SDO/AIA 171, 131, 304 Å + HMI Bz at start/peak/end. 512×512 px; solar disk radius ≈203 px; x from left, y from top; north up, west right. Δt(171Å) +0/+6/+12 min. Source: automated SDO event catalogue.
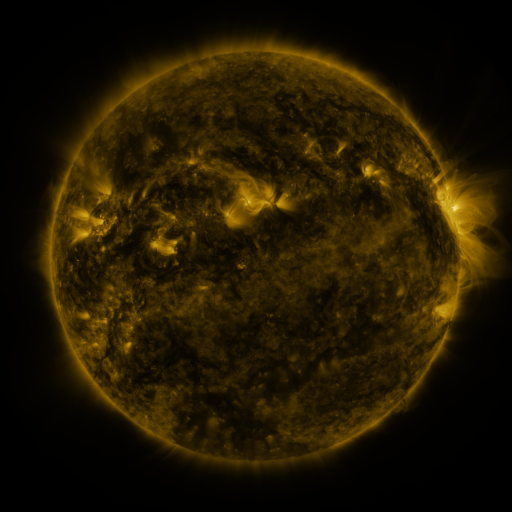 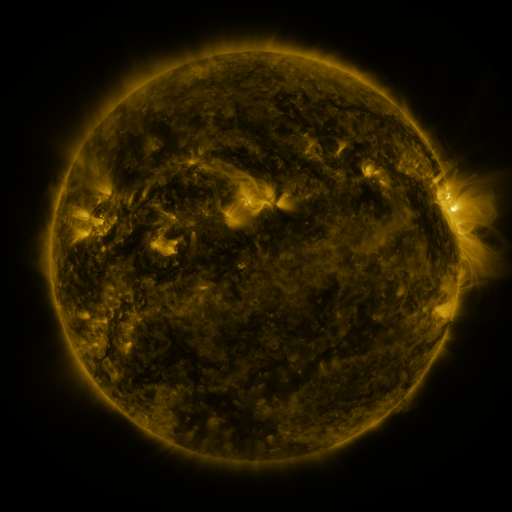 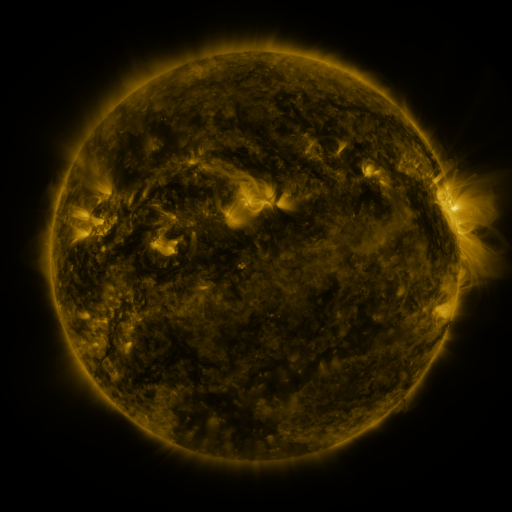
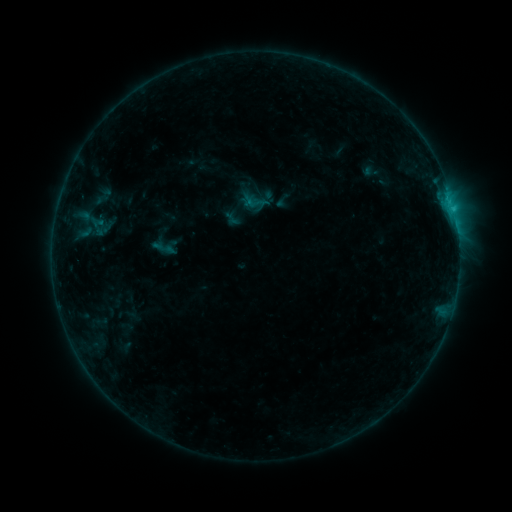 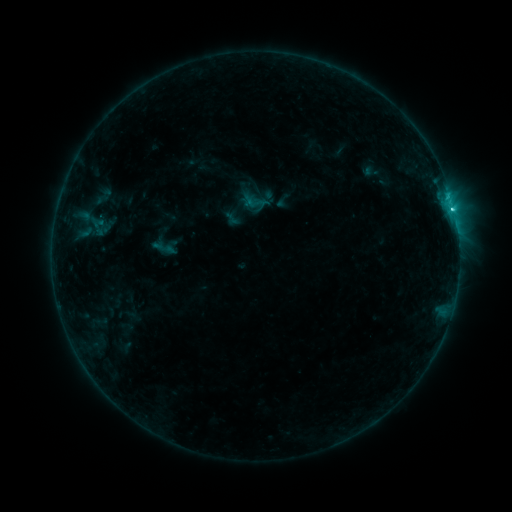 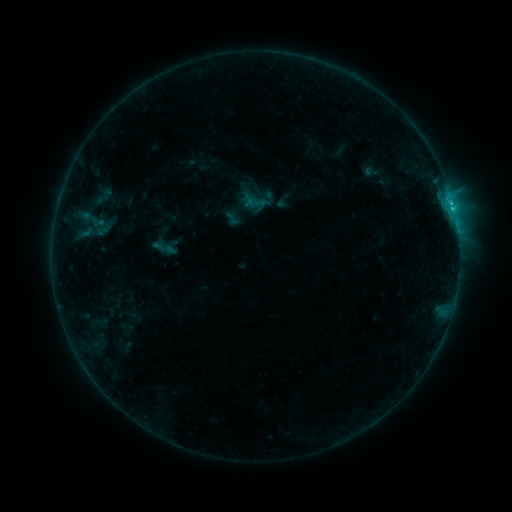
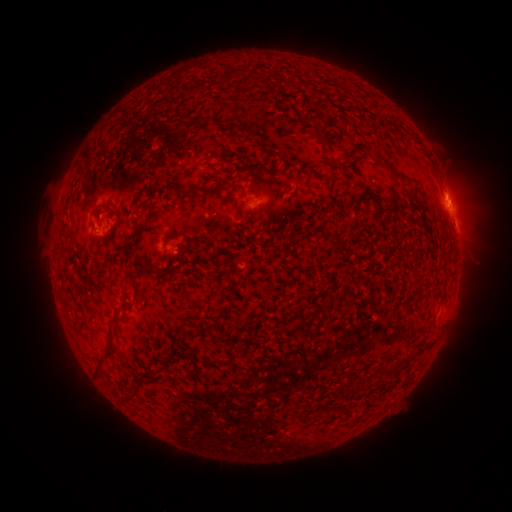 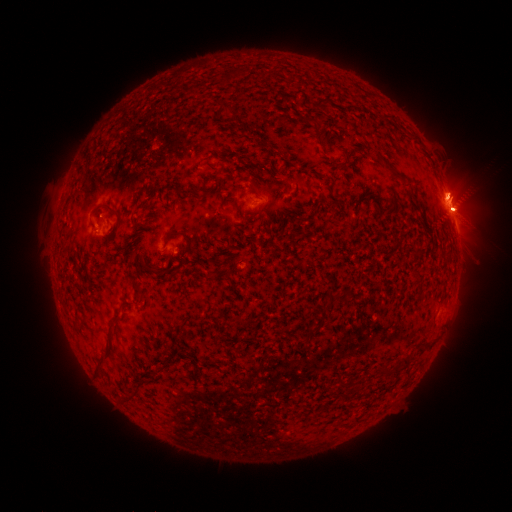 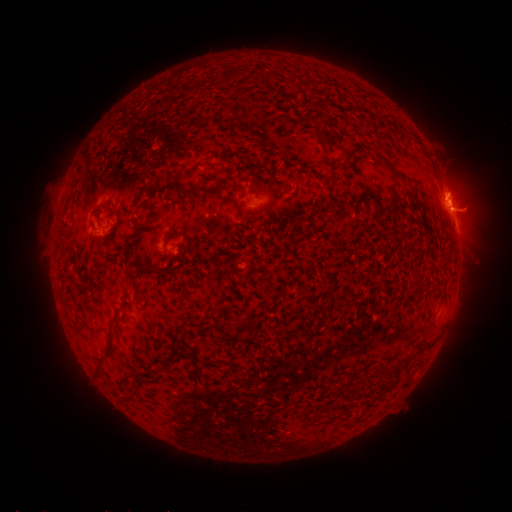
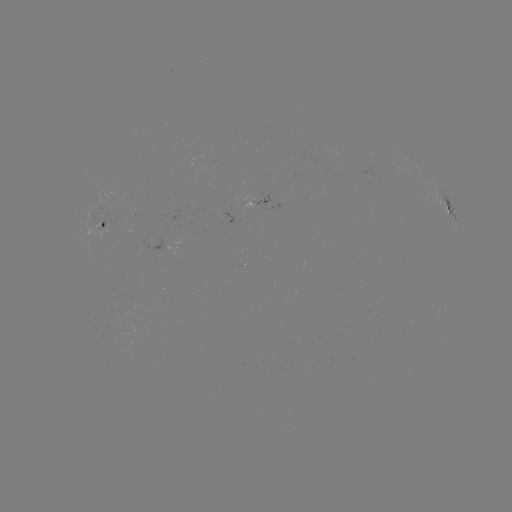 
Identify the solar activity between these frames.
C2.2 flare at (451, 209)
